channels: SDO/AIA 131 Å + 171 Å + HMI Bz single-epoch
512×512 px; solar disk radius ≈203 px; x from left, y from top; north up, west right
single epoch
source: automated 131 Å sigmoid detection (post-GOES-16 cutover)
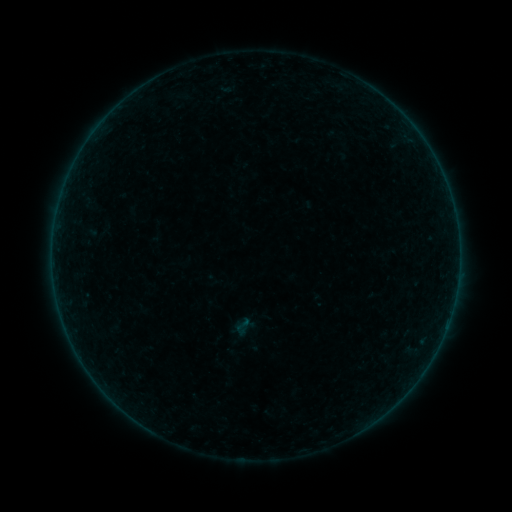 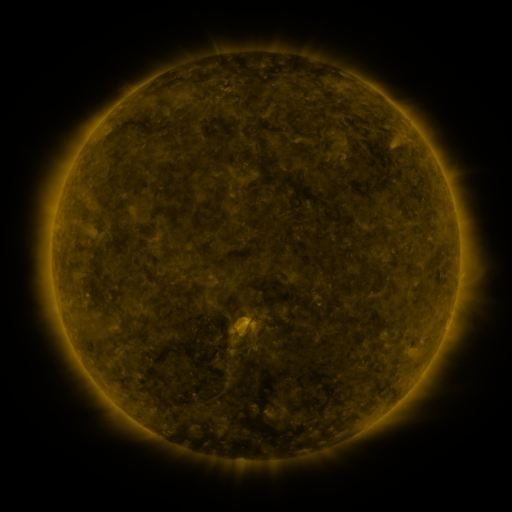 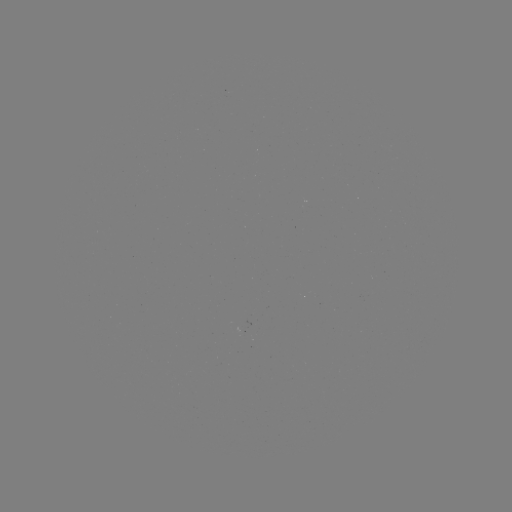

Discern sigmoid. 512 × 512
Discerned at (242, 326).